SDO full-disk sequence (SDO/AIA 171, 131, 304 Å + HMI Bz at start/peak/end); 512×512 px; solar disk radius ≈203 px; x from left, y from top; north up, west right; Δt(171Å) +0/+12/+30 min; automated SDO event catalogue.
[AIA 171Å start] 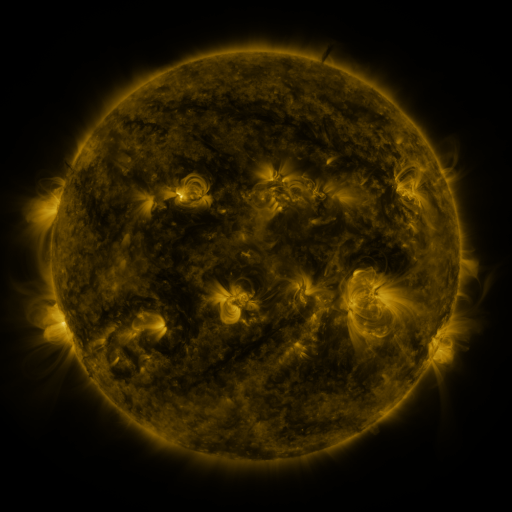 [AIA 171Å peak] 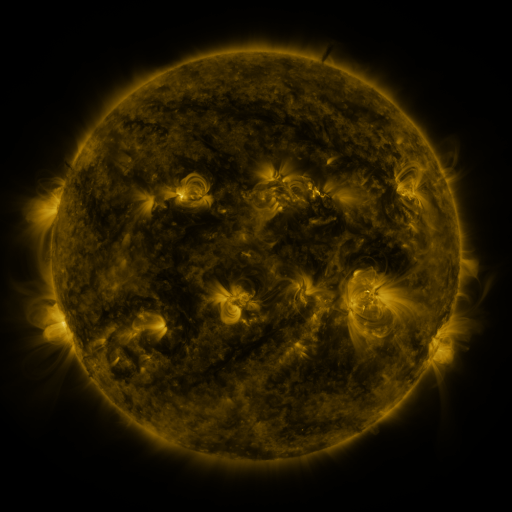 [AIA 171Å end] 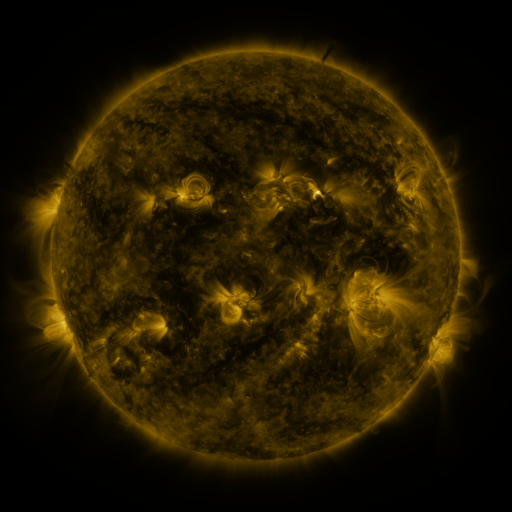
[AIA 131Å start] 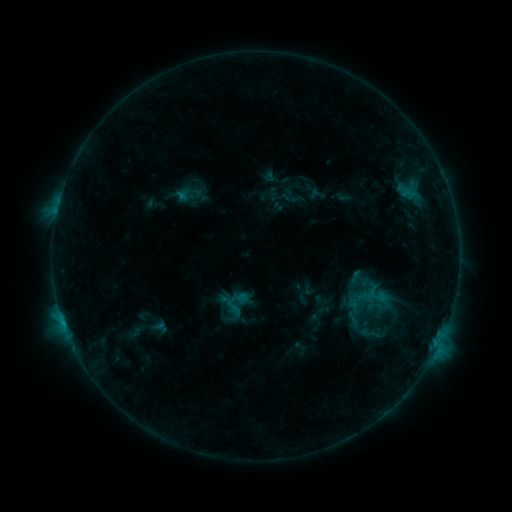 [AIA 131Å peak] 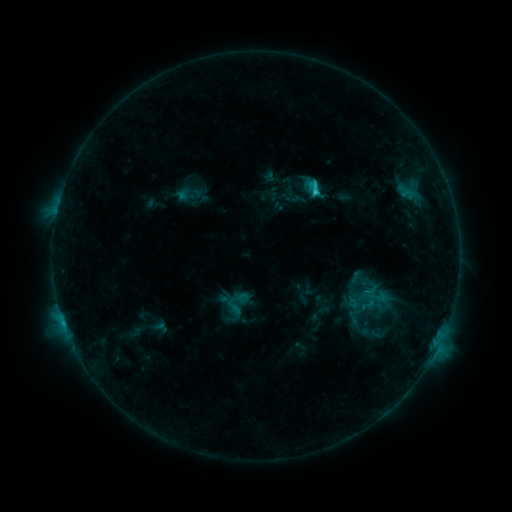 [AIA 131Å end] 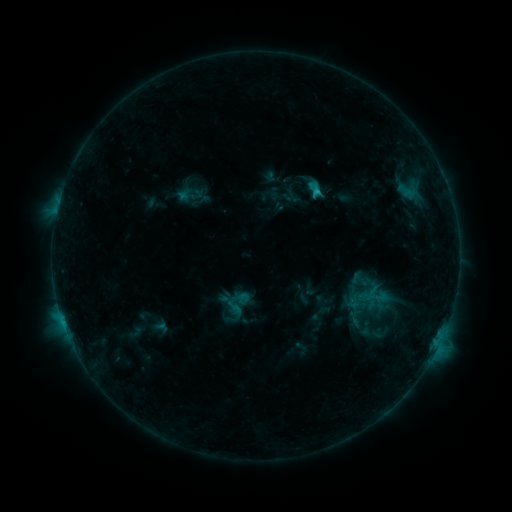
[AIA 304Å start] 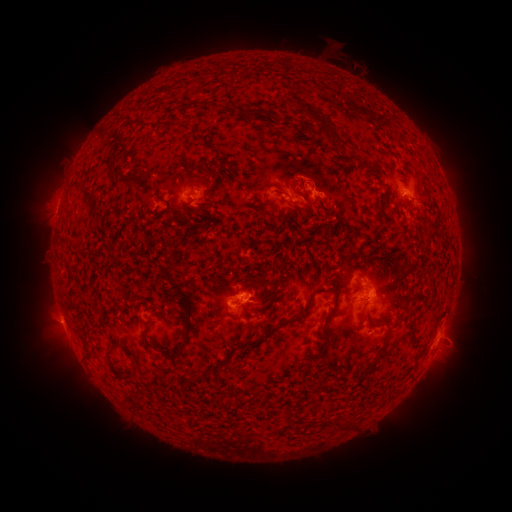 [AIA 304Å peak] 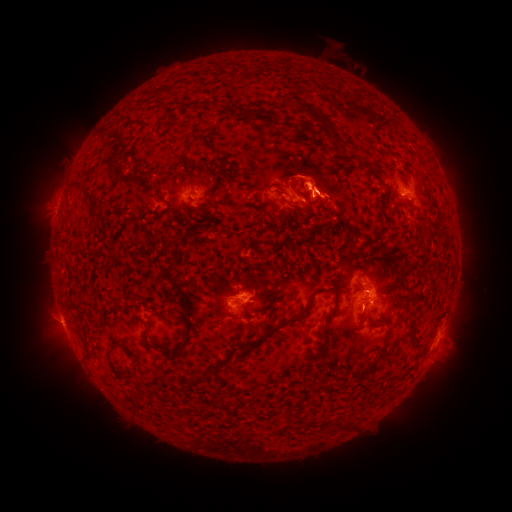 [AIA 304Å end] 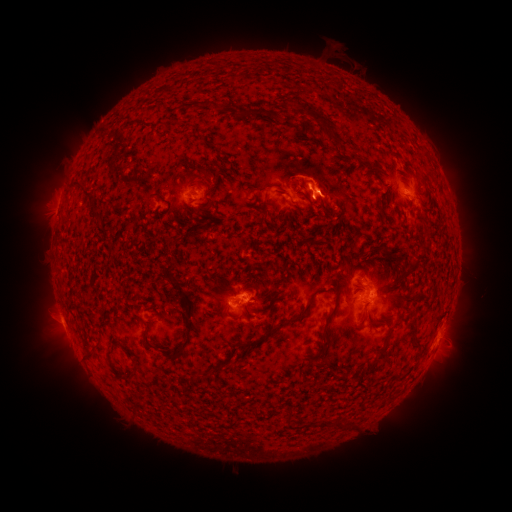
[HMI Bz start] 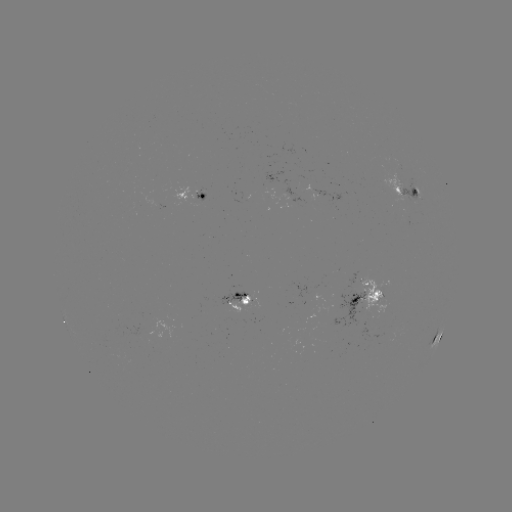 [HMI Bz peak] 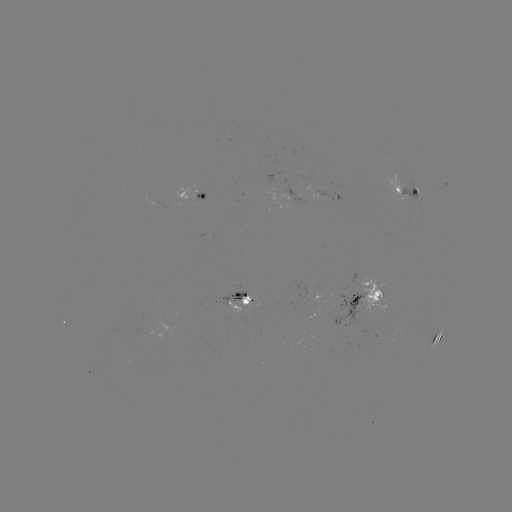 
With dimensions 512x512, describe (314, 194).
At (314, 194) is C2.0 flare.